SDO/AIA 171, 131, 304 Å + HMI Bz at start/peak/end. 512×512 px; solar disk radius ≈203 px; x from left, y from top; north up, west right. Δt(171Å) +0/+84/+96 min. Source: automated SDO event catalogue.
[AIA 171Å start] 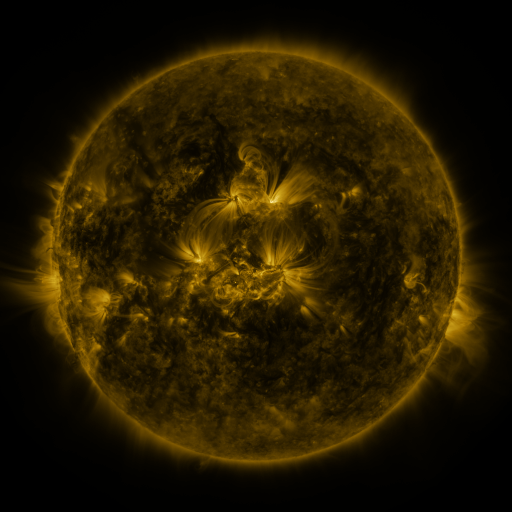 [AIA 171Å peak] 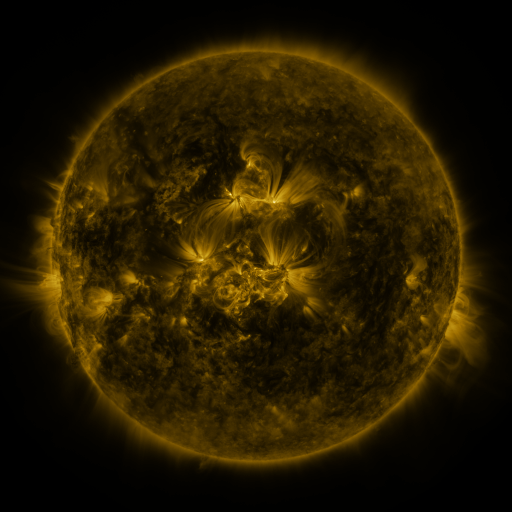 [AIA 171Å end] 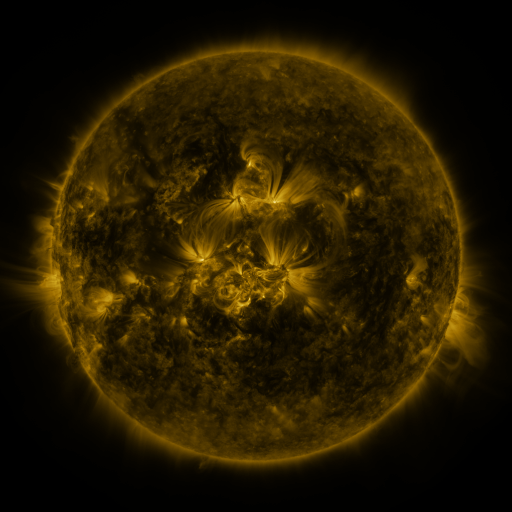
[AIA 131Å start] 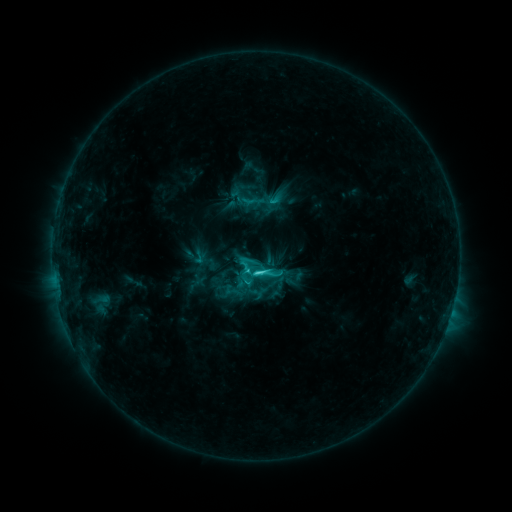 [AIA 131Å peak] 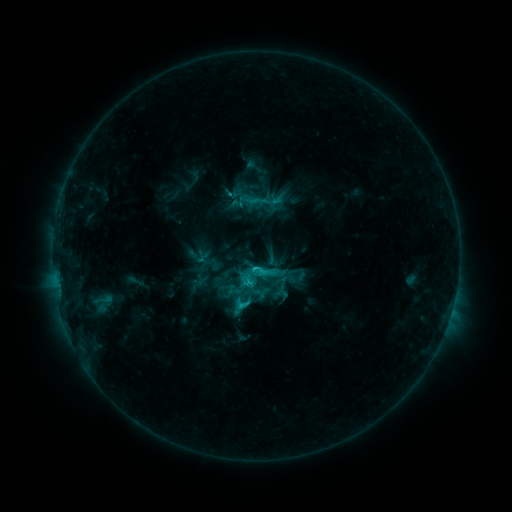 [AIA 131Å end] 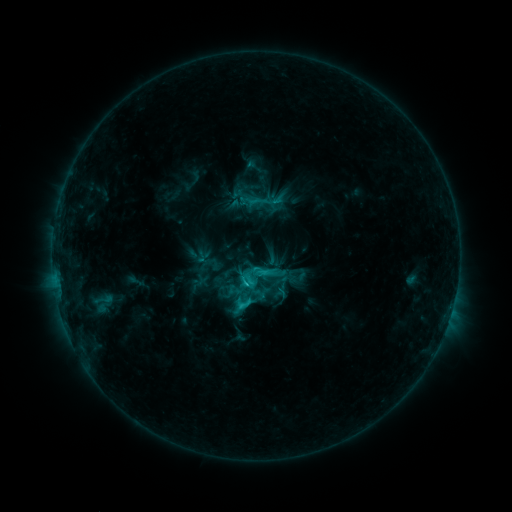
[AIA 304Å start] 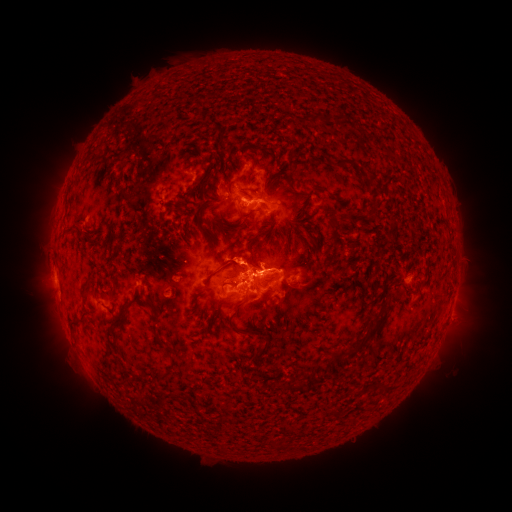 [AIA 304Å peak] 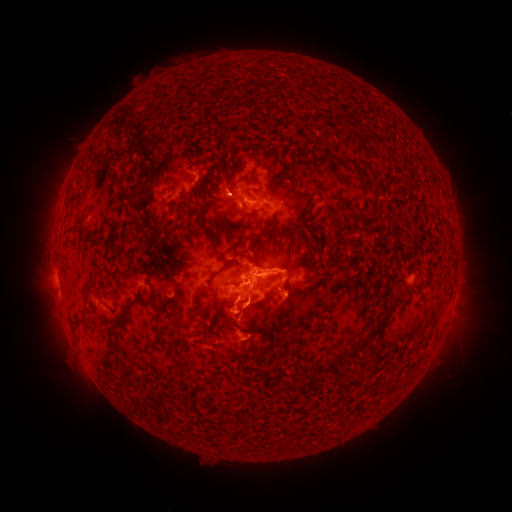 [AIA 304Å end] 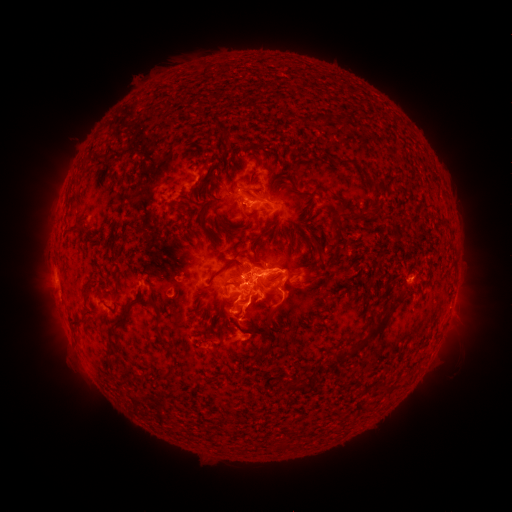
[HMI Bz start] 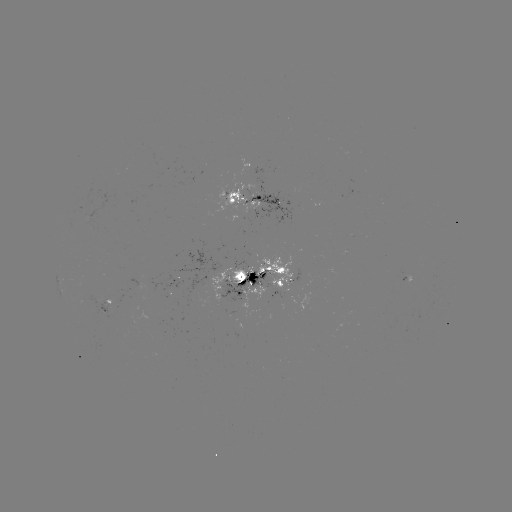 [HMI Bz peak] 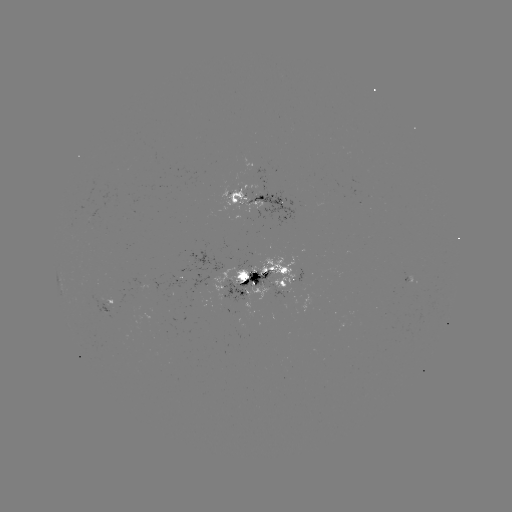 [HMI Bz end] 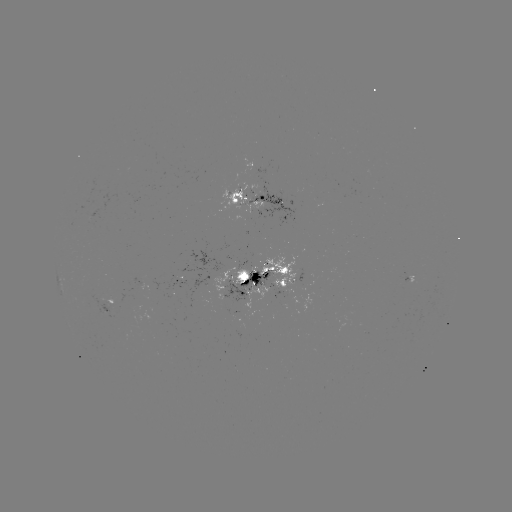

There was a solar emerging-flux region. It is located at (264, 200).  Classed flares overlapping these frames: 2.